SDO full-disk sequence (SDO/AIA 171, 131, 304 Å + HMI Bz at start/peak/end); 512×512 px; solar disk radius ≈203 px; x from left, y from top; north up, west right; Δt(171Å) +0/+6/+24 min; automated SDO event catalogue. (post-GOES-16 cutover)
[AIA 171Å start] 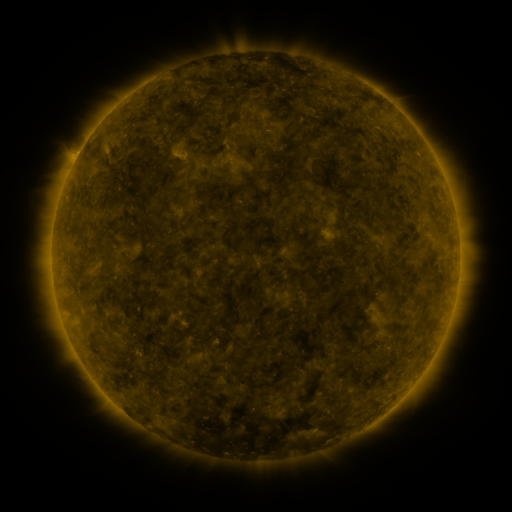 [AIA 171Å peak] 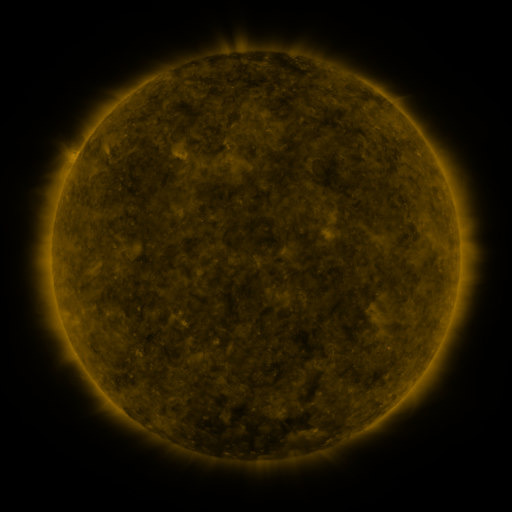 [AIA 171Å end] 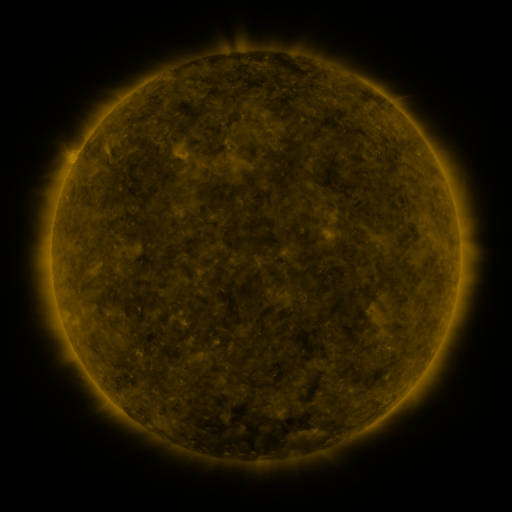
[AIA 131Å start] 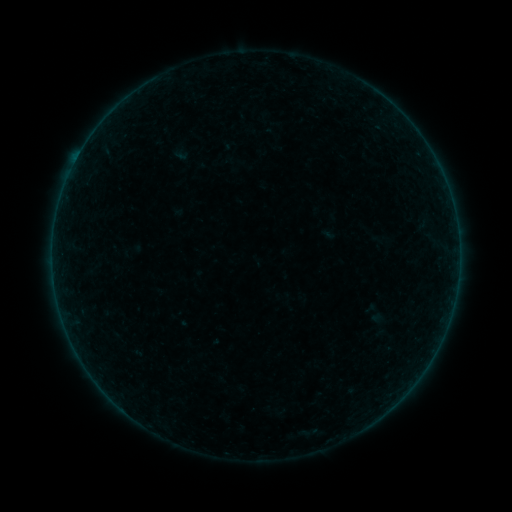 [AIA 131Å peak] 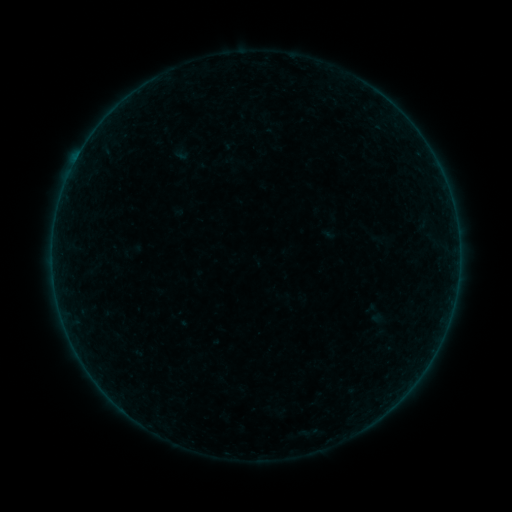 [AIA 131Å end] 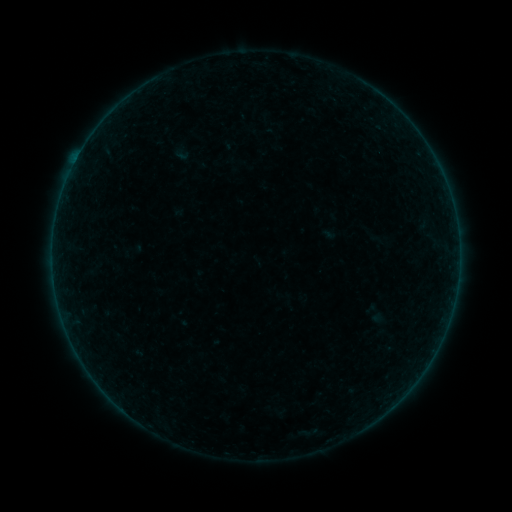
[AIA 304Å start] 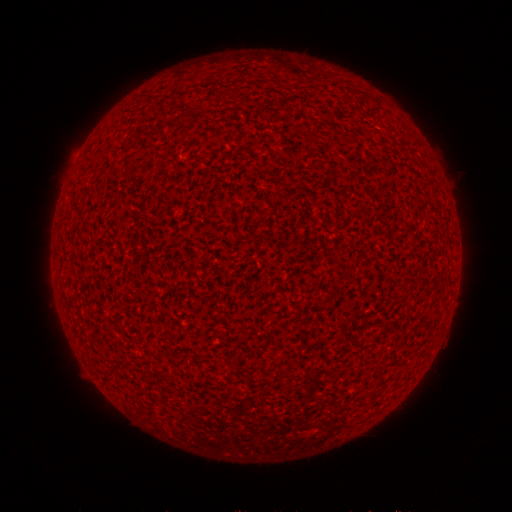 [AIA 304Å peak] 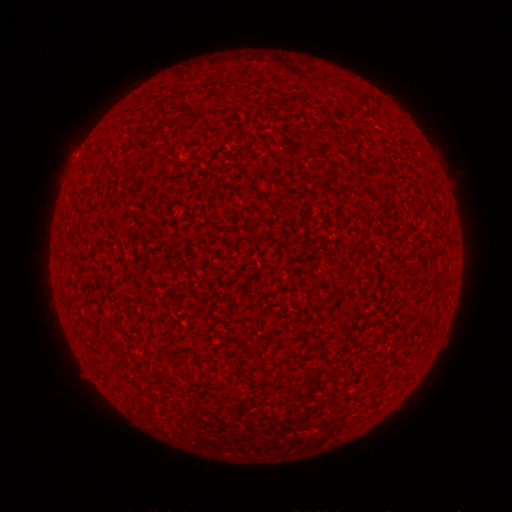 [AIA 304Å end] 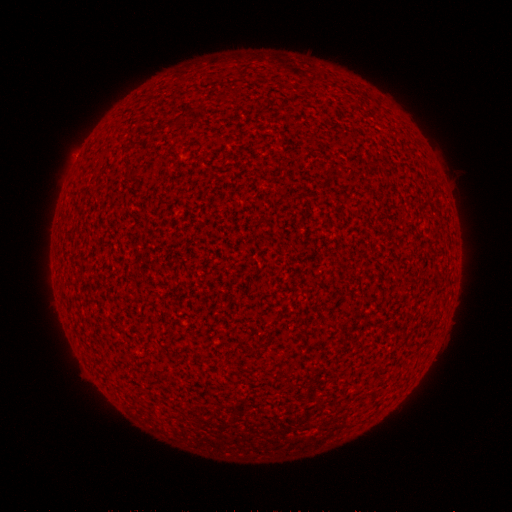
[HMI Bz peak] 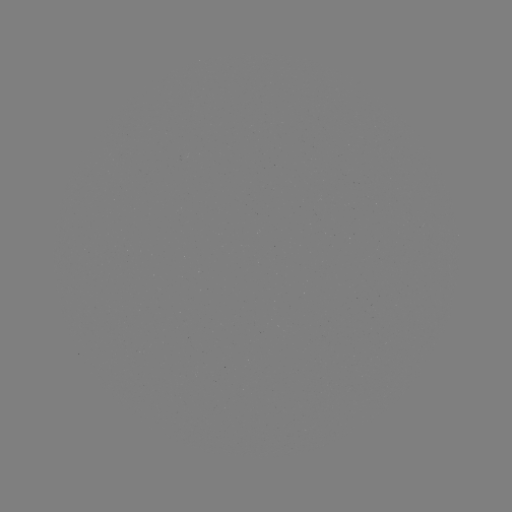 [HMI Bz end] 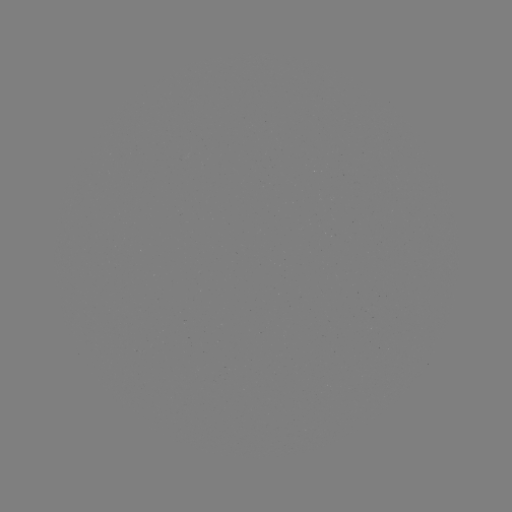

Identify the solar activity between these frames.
A4.1 flare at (78, 156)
